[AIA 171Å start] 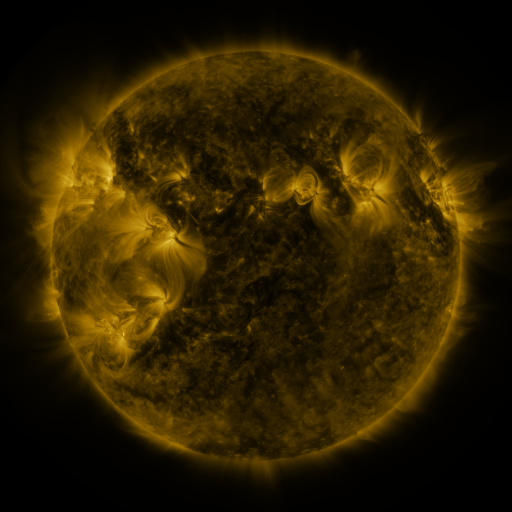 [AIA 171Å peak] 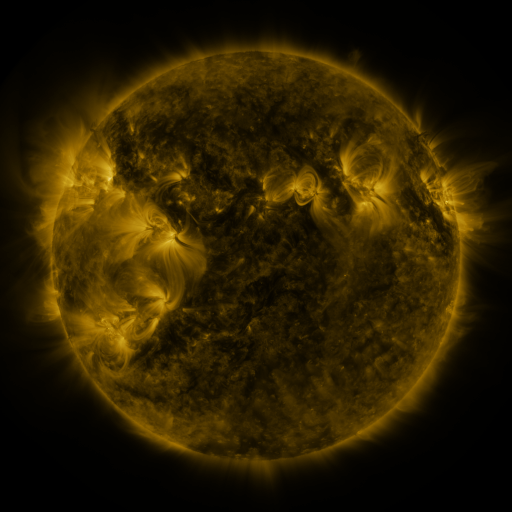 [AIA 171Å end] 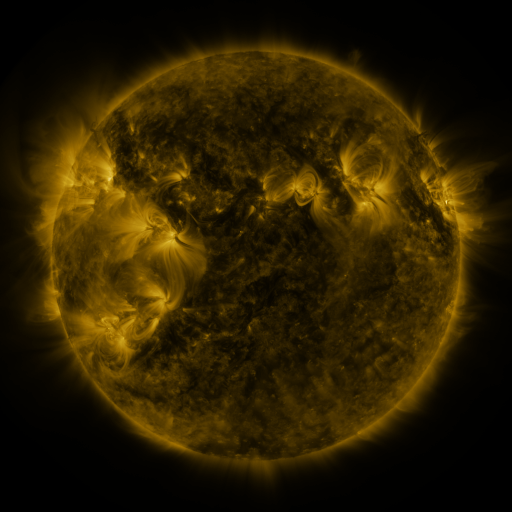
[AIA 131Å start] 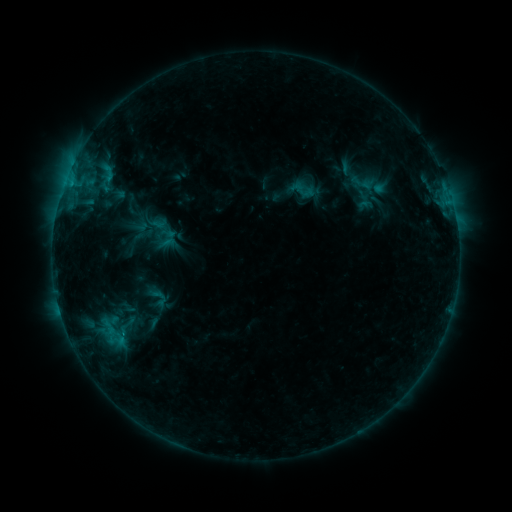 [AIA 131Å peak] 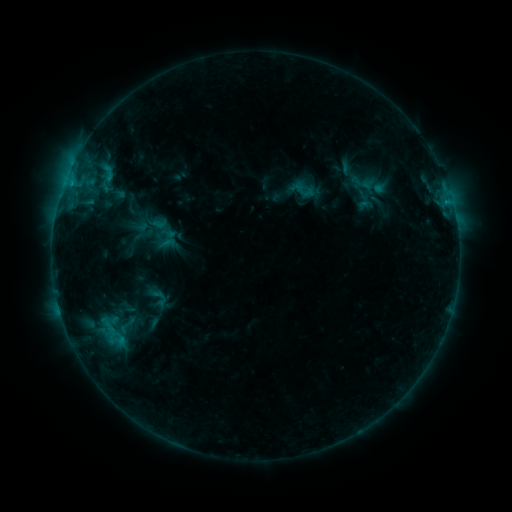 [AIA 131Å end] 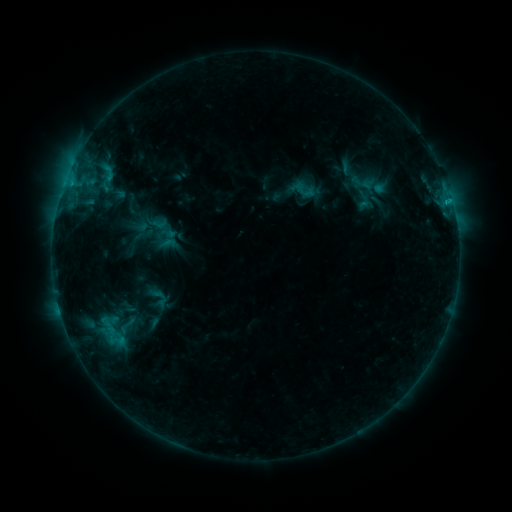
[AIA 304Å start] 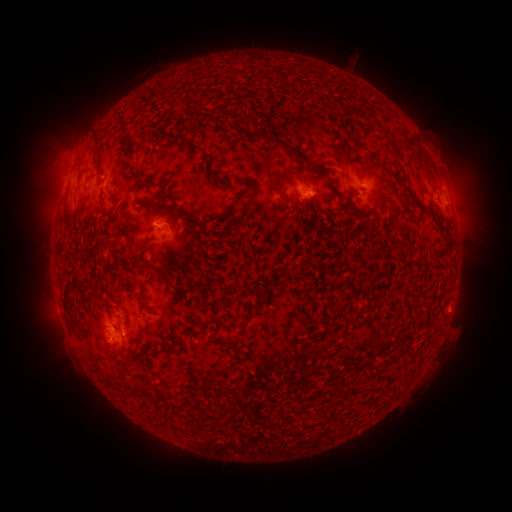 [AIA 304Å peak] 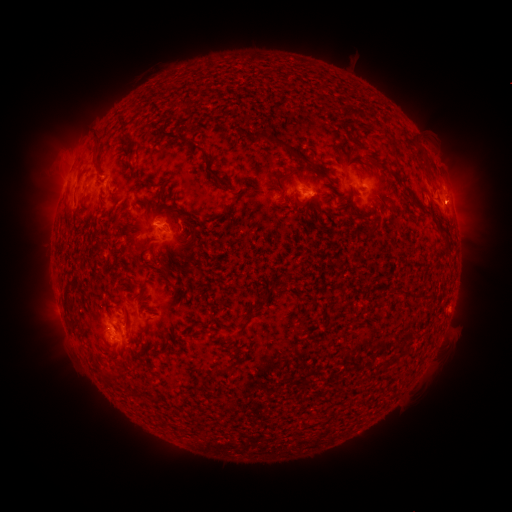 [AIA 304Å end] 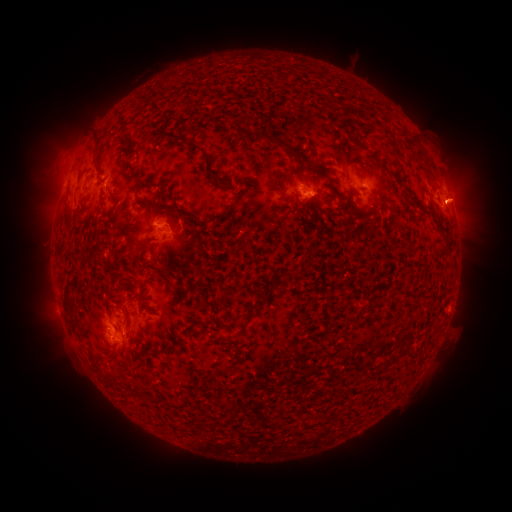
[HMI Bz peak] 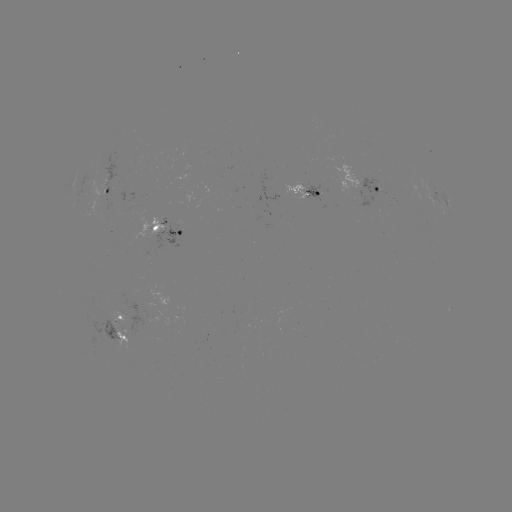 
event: eruption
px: (457, 203)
